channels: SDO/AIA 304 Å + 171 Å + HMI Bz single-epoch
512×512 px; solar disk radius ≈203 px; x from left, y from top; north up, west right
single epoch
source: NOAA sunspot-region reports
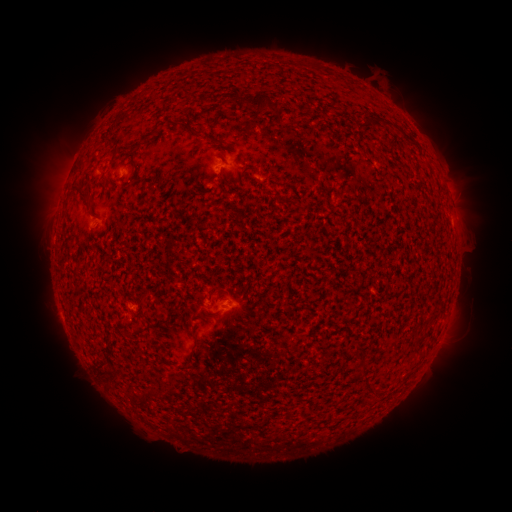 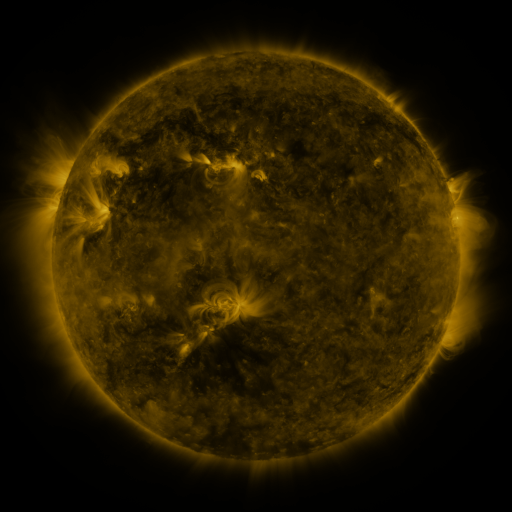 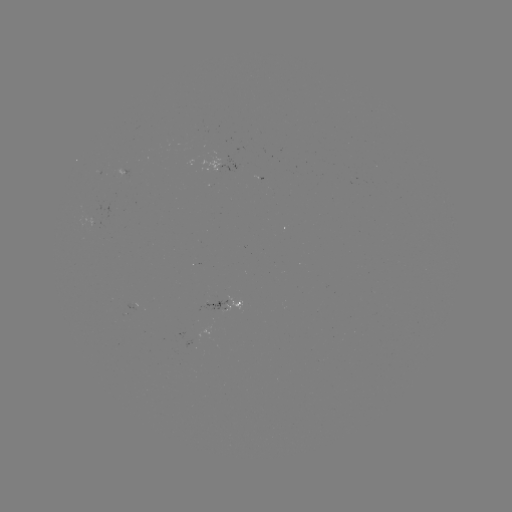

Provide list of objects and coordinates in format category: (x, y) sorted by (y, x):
spotted active region: (229, 158)
spotted active region: (224, 282)
